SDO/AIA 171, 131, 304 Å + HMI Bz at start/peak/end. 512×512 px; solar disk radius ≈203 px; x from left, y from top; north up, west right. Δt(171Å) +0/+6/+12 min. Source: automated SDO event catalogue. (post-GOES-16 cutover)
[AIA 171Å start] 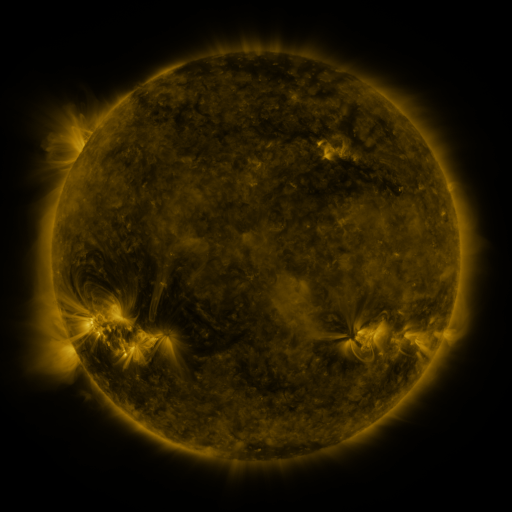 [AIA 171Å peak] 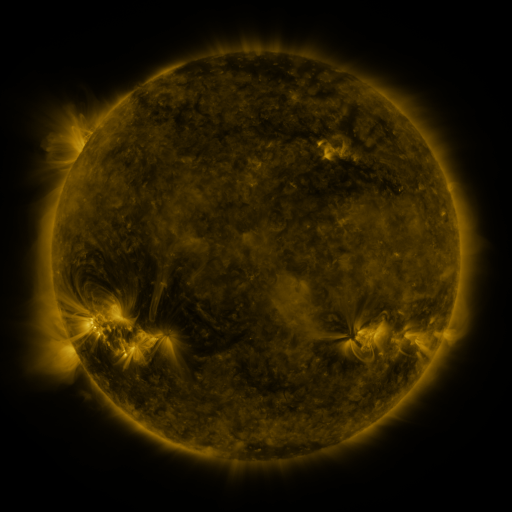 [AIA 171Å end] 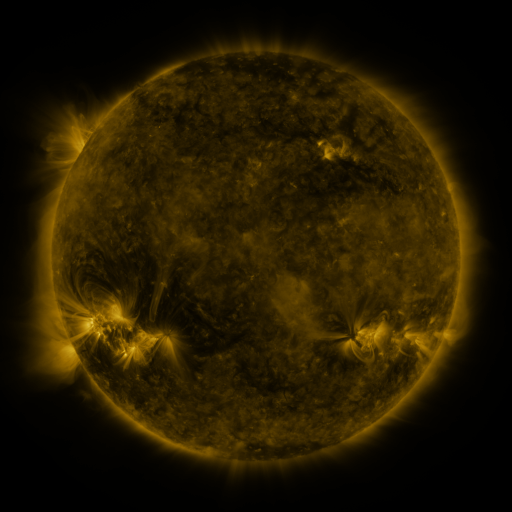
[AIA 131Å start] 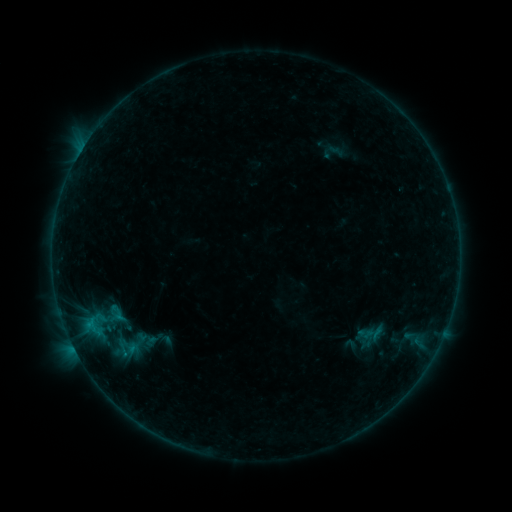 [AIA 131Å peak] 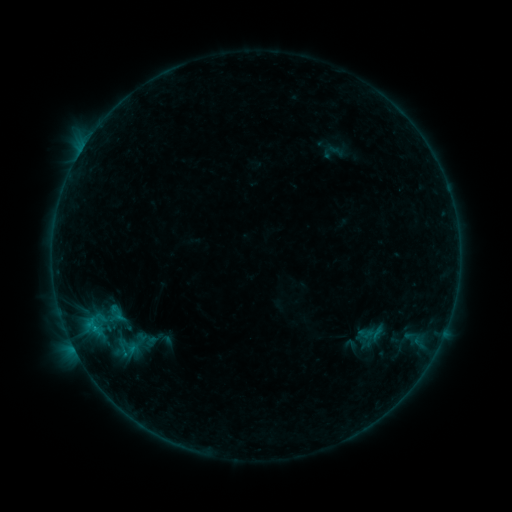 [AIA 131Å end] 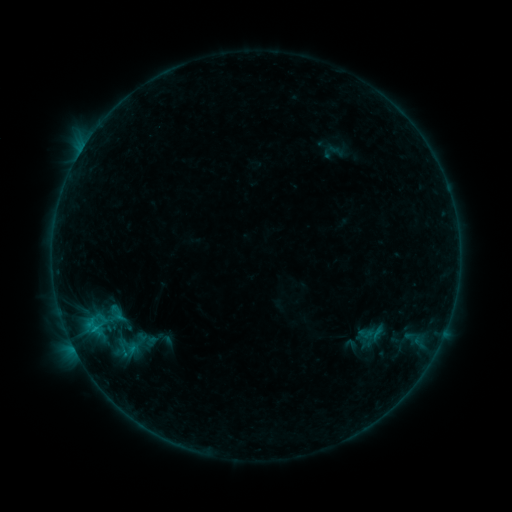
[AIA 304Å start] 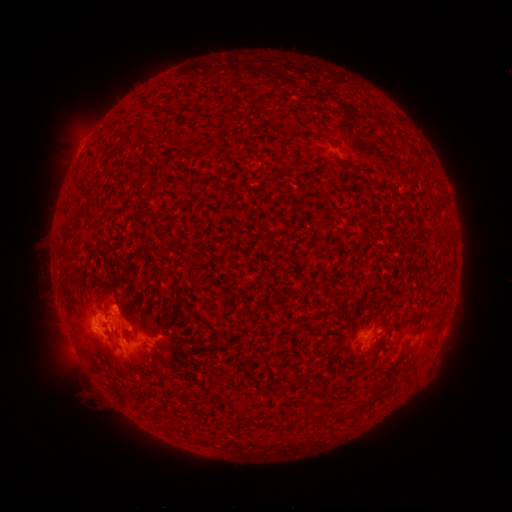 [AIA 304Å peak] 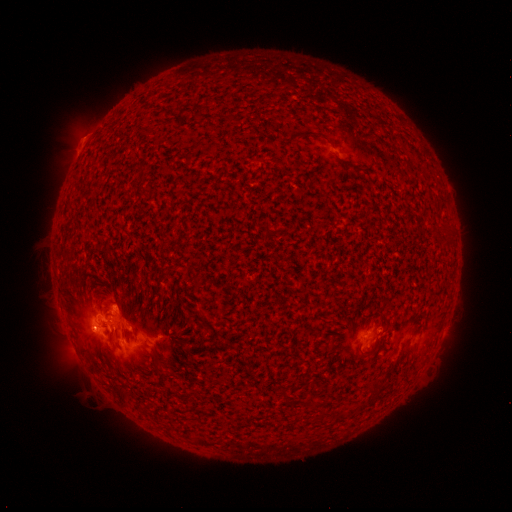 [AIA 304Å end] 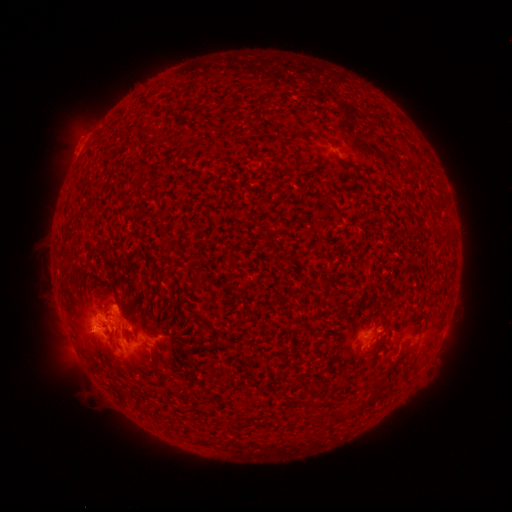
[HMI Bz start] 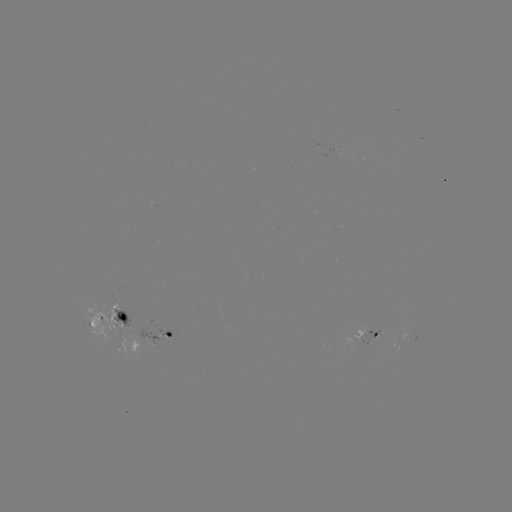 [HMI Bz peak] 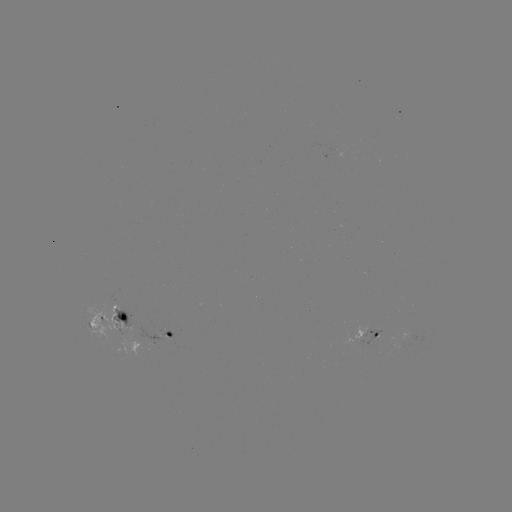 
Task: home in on B7.8 flare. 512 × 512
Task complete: [97, 328].